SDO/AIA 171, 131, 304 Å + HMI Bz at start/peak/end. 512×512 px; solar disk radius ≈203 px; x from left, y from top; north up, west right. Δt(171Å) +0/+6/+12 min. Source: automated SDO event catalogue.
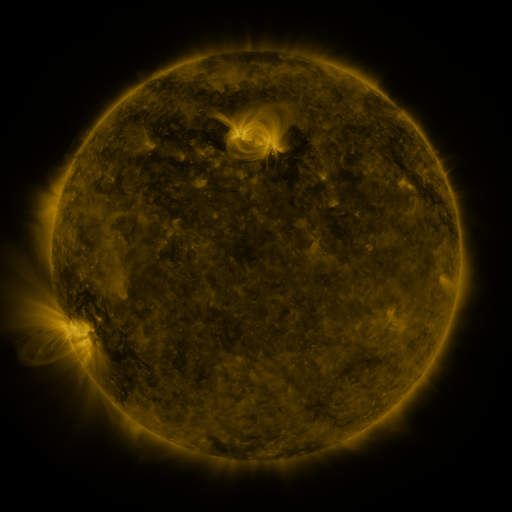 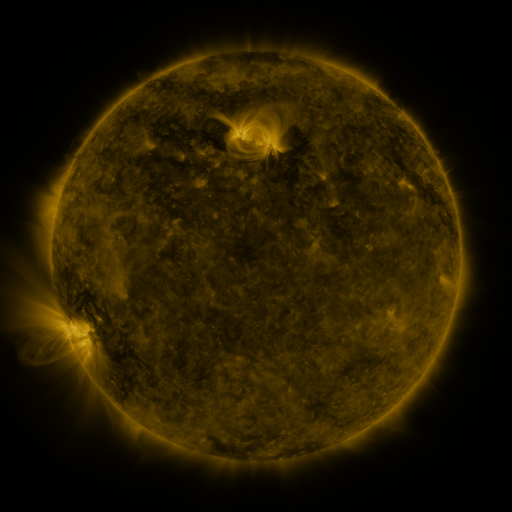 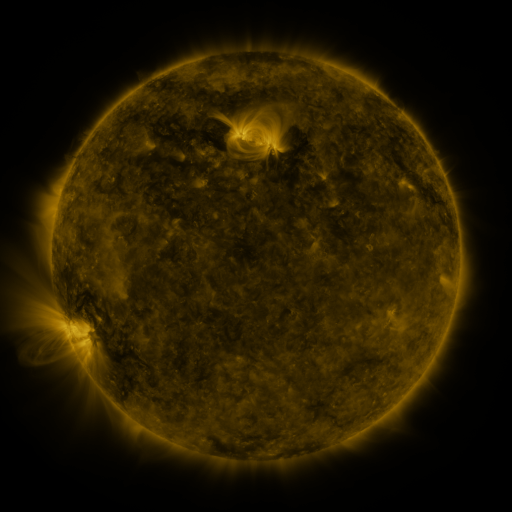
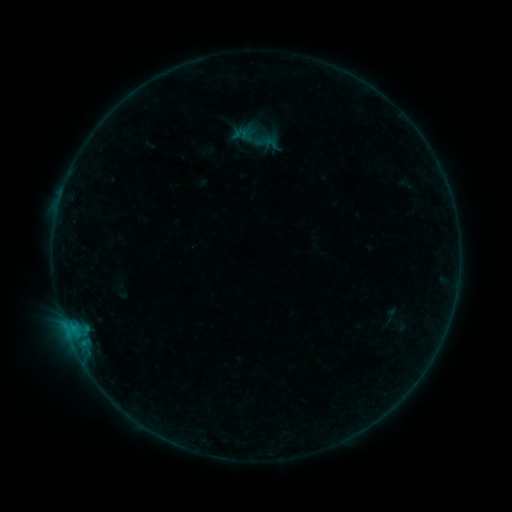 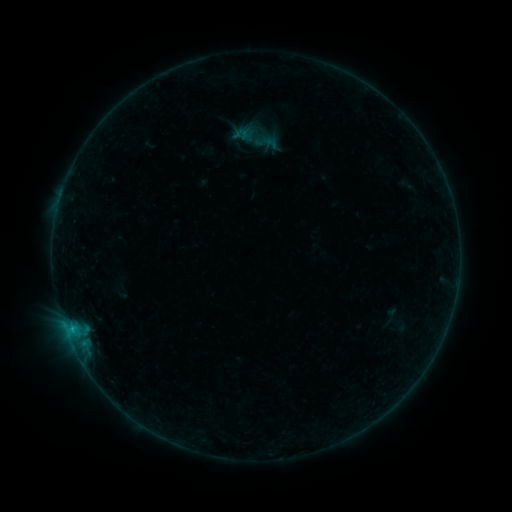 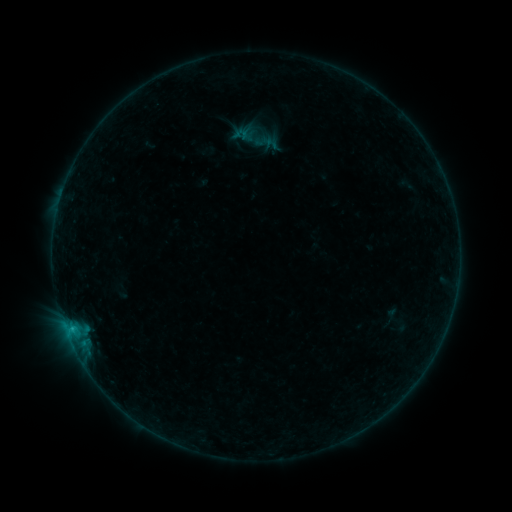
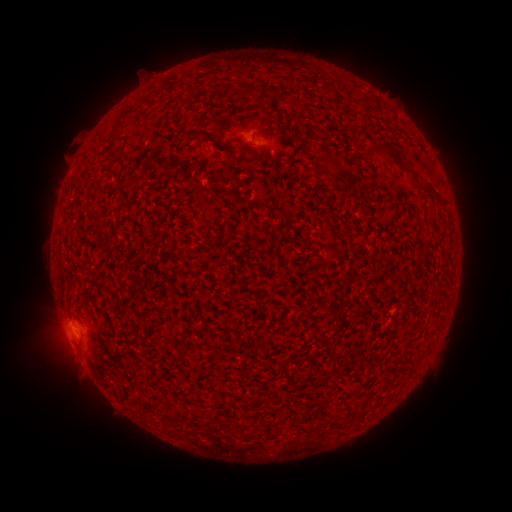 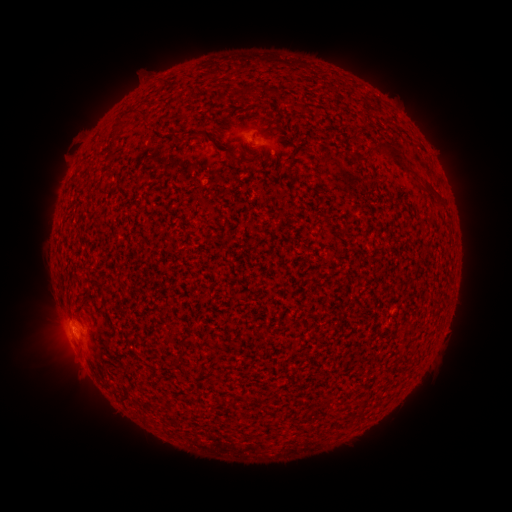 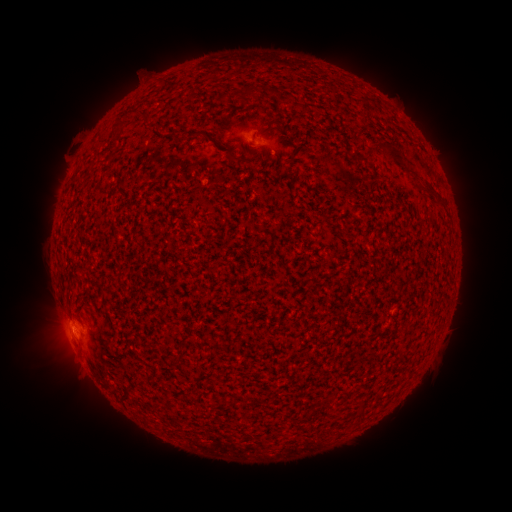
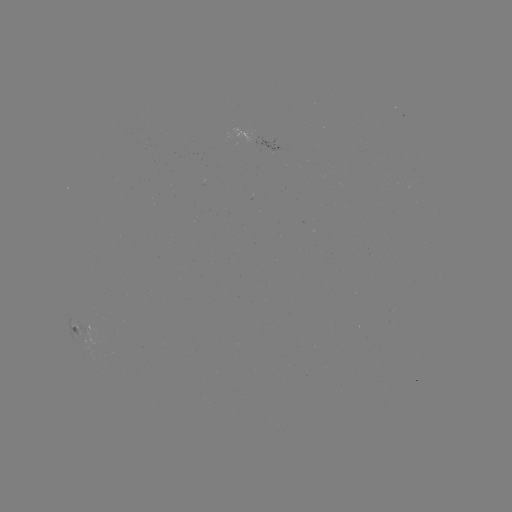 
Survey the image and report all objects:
B3.5 flare: (68, 189)
